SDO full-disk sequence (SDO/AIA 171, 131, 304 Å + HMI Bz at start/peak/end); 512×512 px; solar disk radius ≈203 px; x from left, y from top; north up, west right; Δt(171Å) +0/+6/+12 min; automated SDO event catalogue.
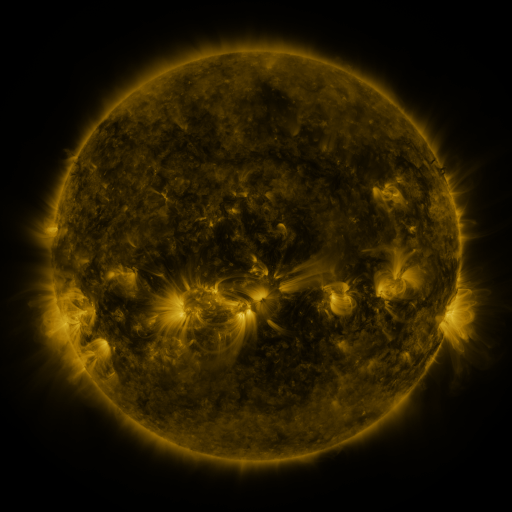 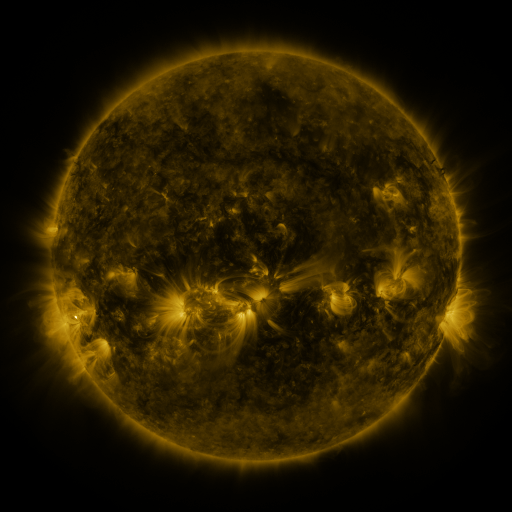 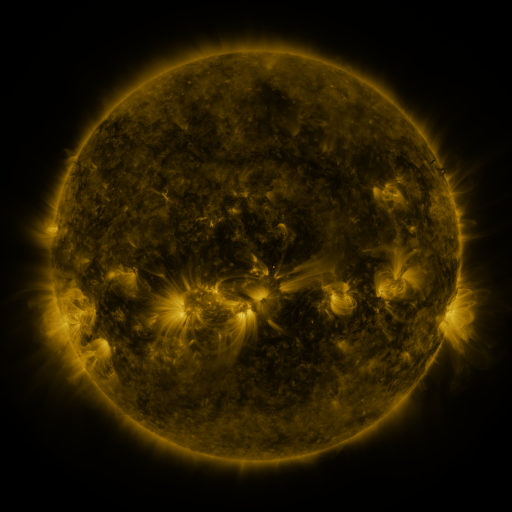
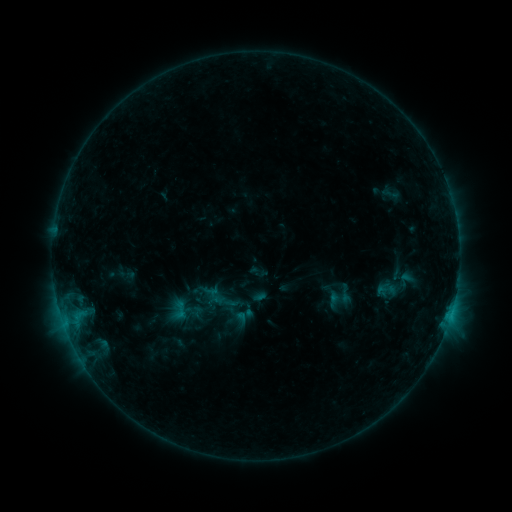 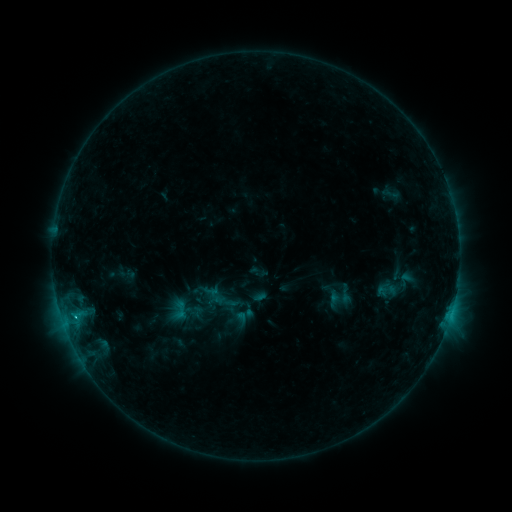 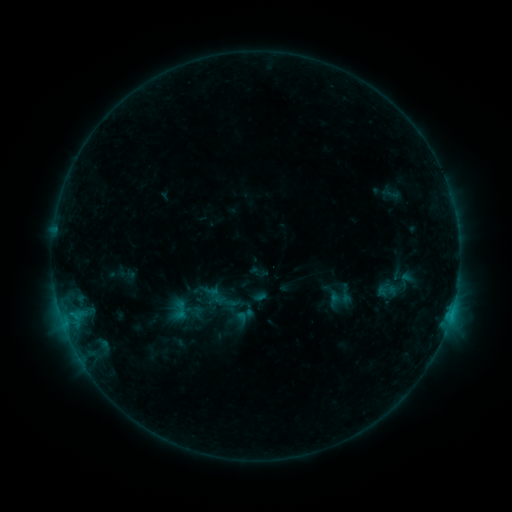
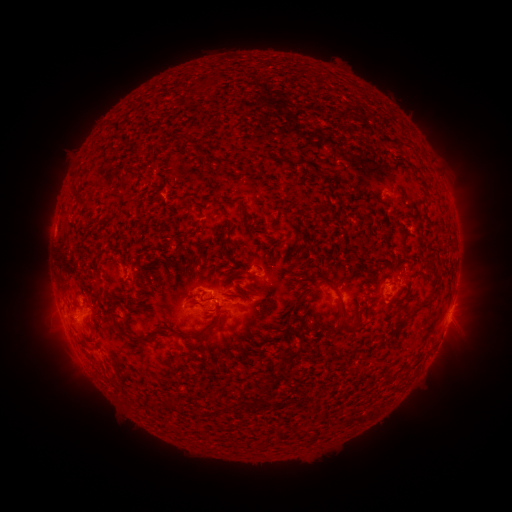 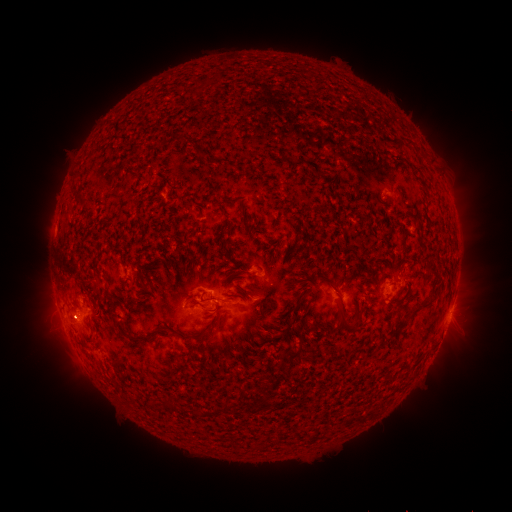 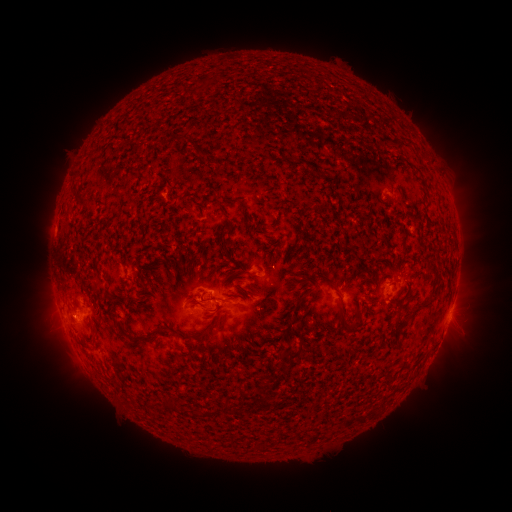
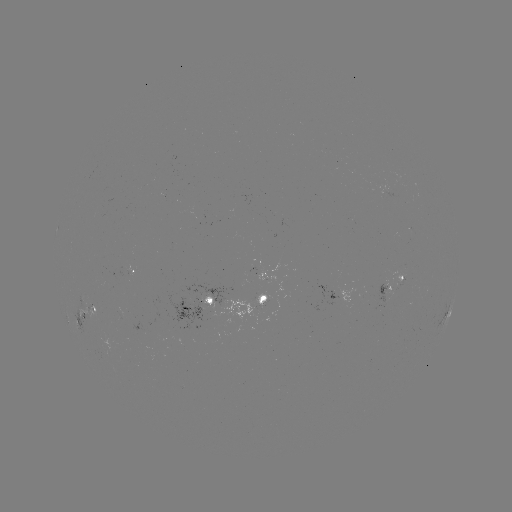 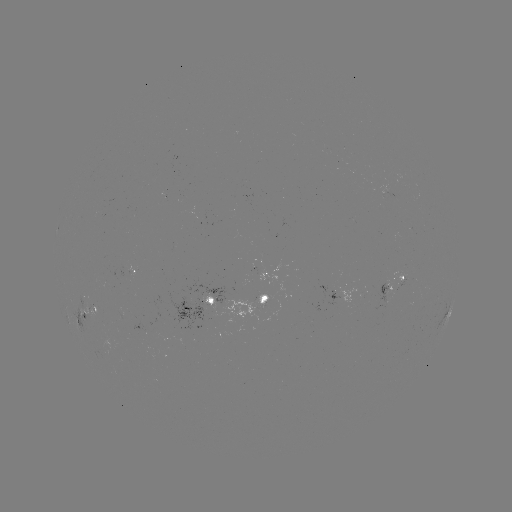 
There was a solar flare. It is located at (185, 305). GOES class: B6.3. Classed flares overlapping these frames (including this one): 1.